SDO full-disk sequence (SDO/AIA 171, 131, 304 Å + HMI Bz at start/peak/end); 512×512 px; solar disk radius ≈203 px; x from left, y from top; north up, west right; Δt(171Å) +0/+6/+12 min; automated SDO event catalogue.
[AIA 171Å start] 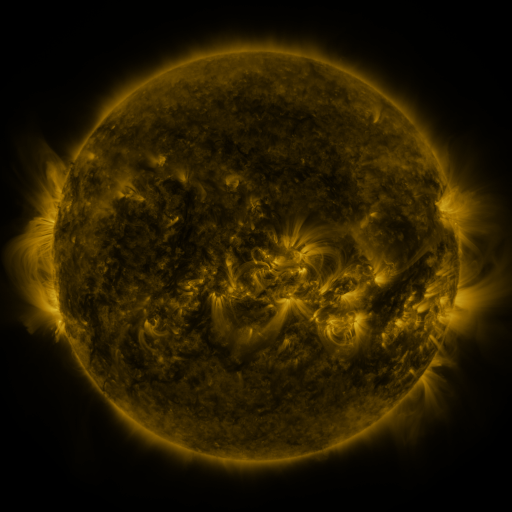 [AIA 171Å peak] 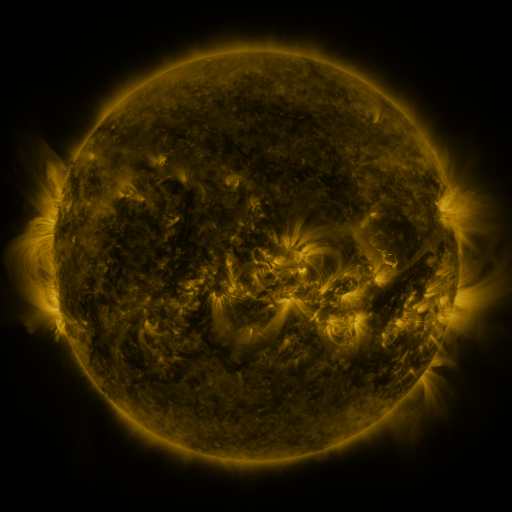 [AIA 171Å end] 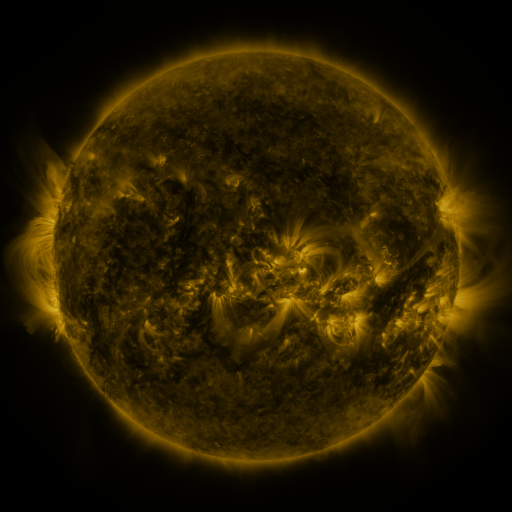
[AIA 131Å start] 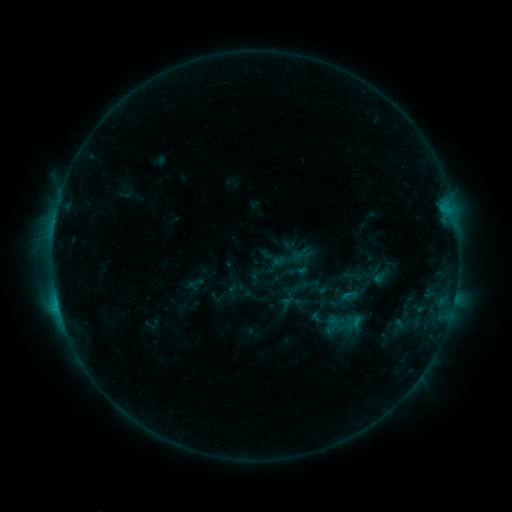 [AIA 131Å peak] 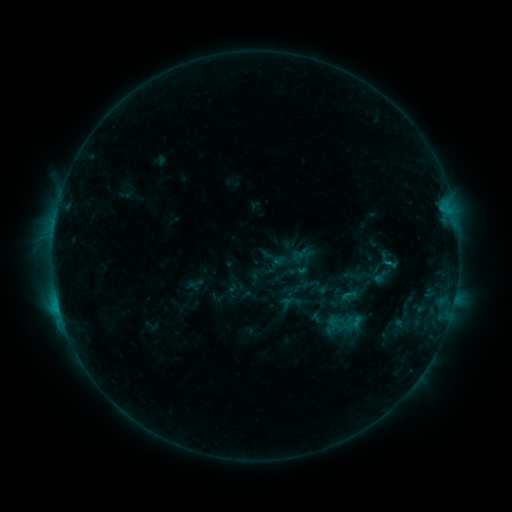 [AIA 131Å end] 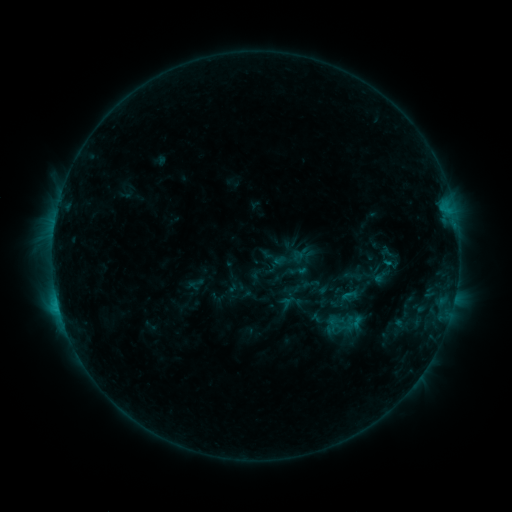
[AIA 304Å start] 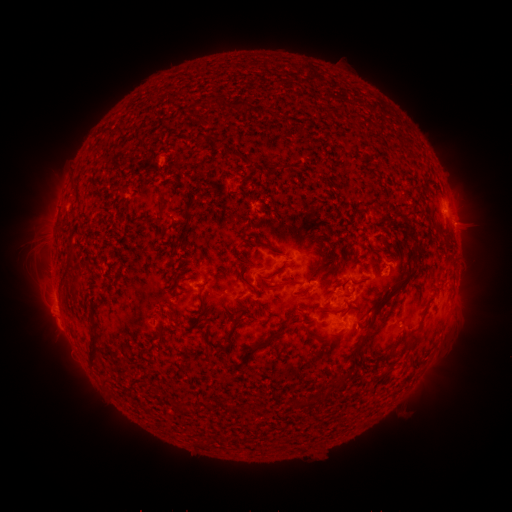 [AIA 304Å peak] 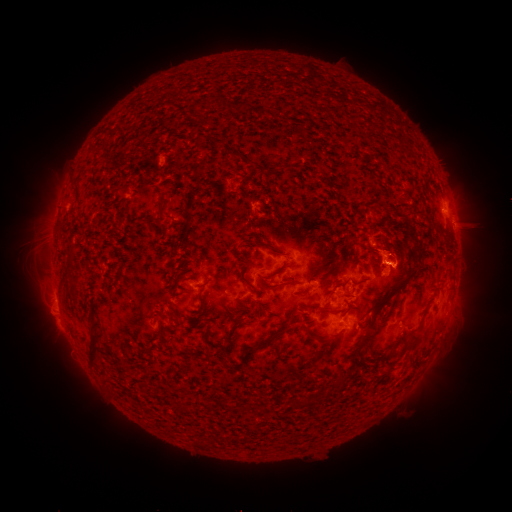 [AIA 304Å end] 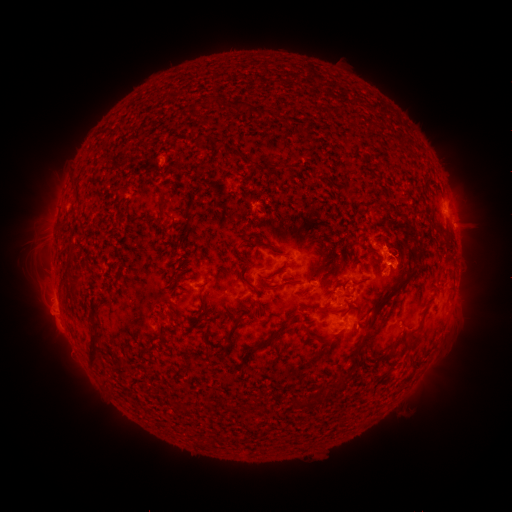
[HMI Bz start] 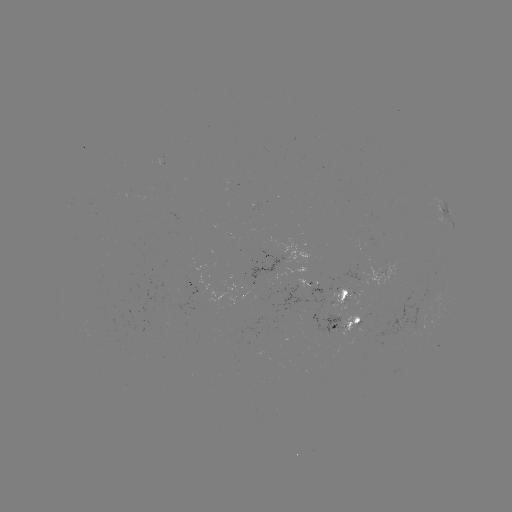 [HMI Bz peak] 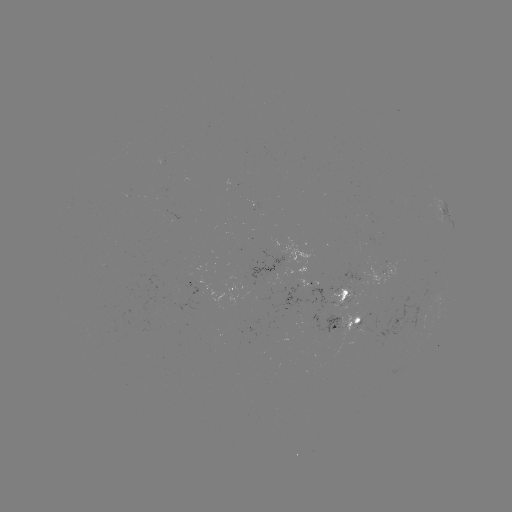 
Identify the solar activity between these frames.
eruption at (392, 250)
